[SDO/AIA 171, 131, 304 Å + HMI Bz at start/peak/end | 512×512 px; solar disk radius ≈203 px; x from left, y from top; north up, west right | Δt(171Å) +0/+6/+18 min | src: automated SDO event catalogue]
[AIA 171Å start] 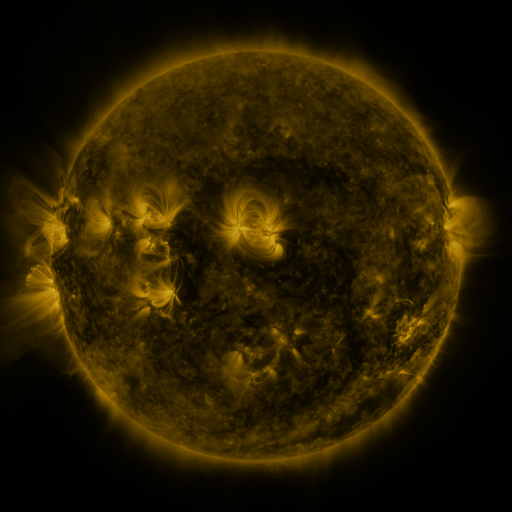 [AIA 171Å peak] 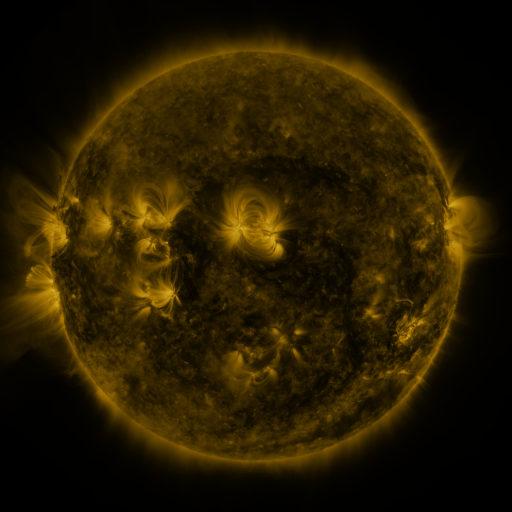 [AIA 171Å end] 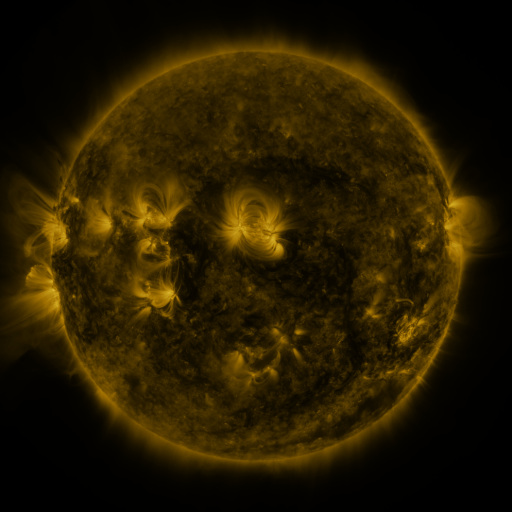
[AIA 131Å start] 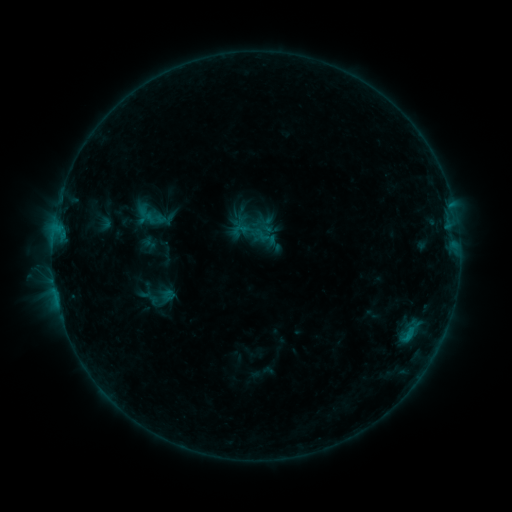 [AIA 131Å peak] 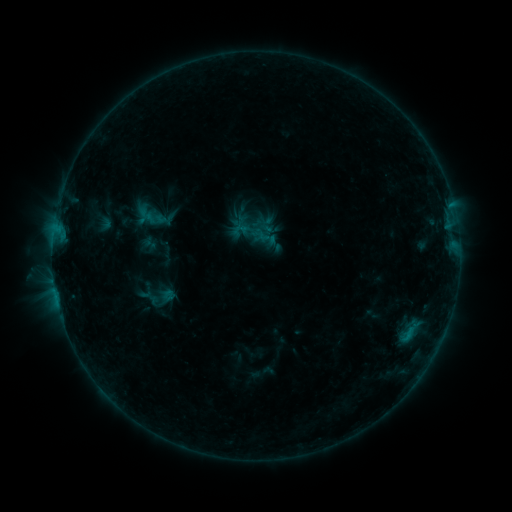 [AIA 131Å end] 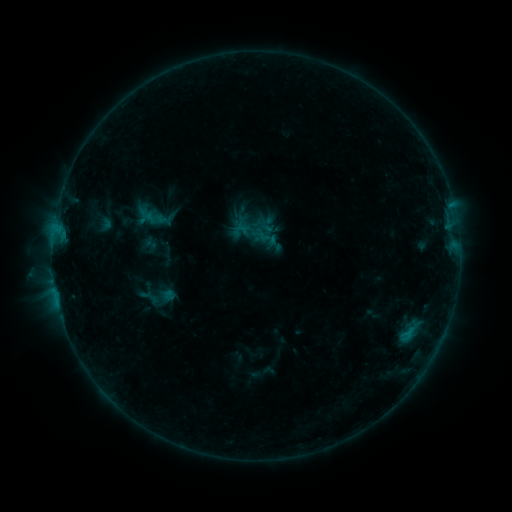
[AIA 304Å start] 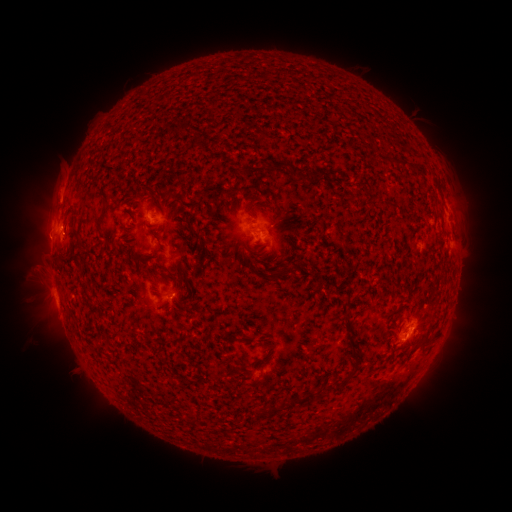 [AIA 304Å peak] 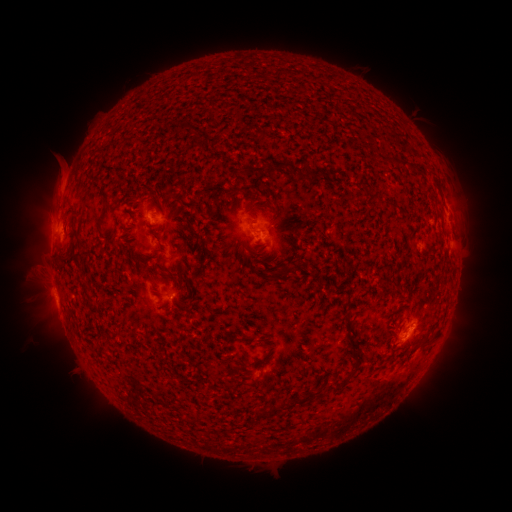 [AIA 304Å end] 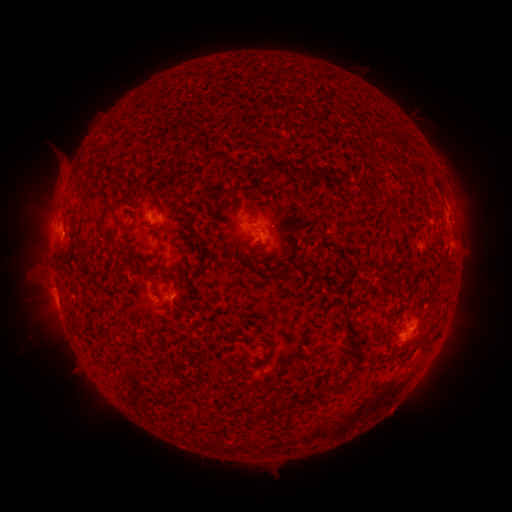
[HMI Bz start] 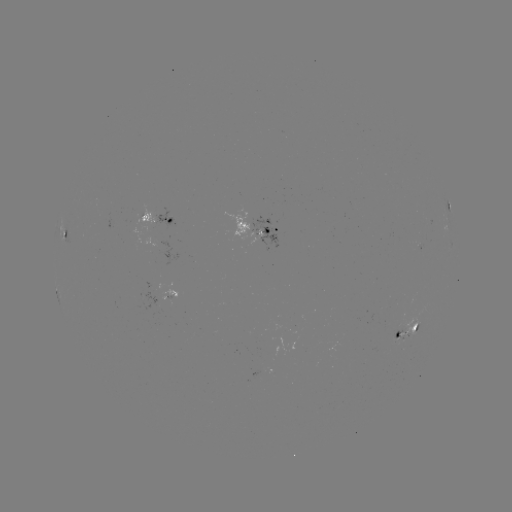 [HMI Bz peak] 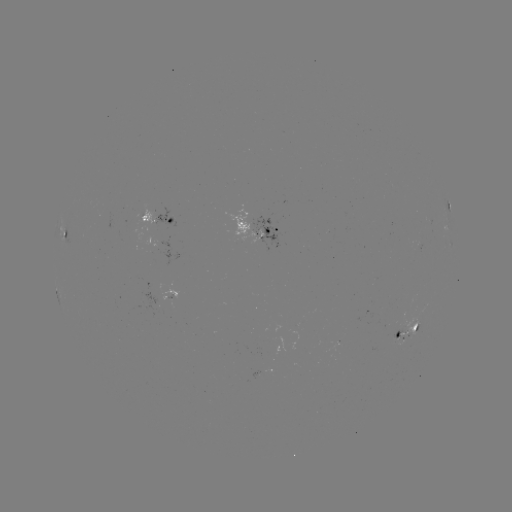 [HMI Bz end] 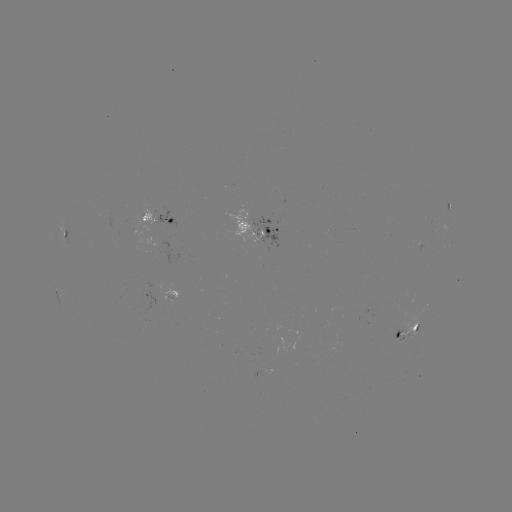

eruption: <bbox>45, 152, 79, 206</bbox>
